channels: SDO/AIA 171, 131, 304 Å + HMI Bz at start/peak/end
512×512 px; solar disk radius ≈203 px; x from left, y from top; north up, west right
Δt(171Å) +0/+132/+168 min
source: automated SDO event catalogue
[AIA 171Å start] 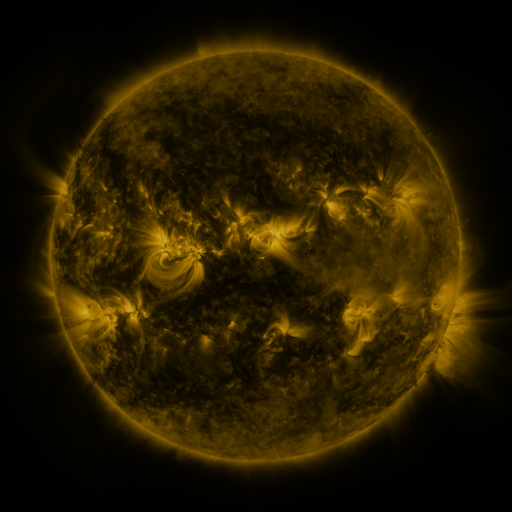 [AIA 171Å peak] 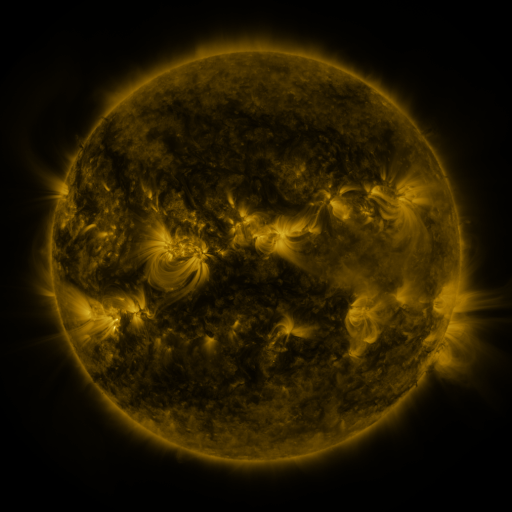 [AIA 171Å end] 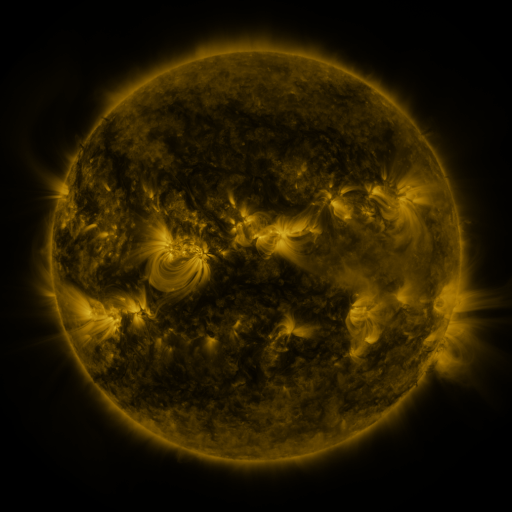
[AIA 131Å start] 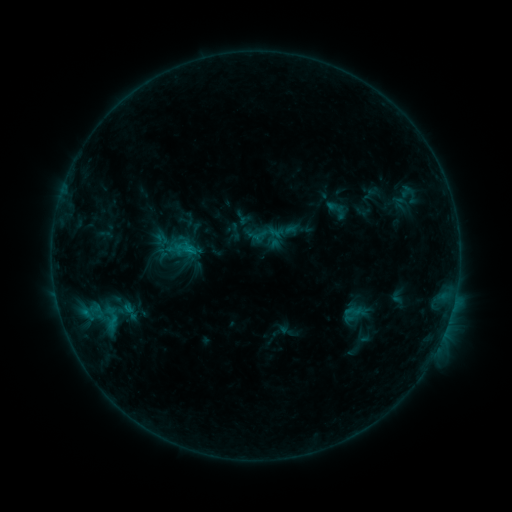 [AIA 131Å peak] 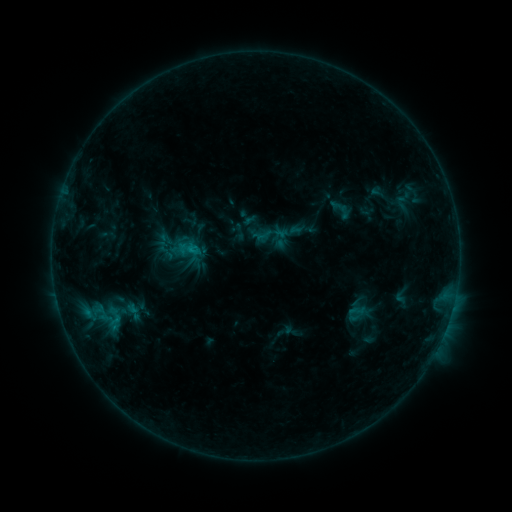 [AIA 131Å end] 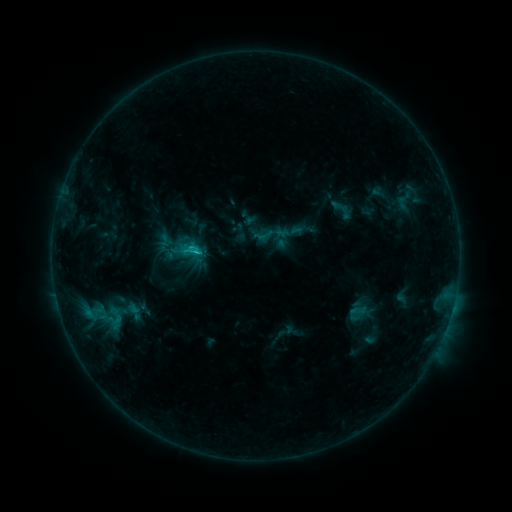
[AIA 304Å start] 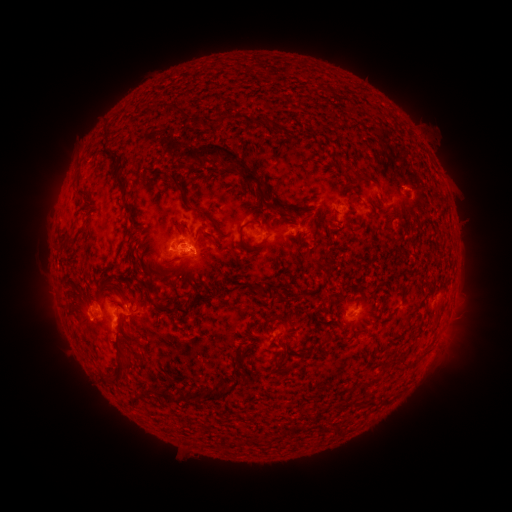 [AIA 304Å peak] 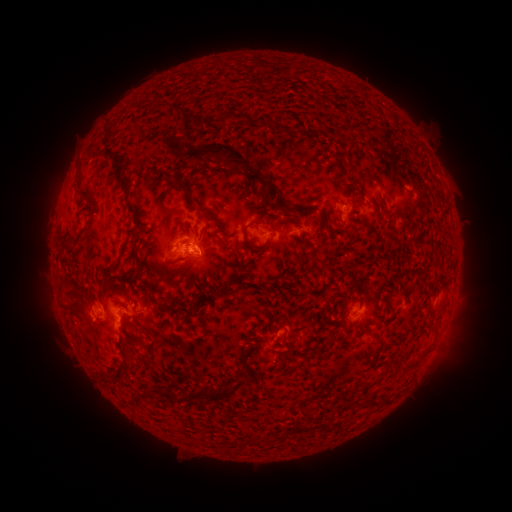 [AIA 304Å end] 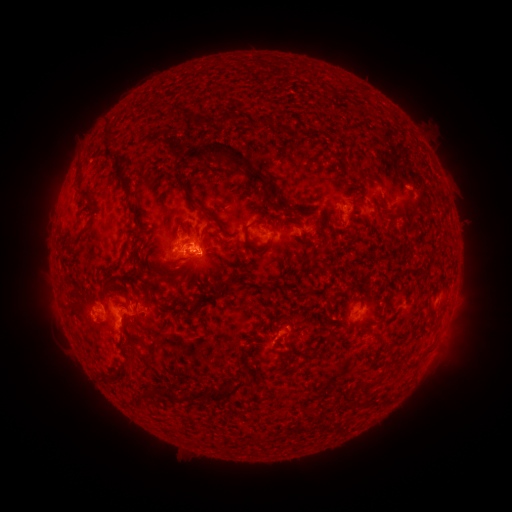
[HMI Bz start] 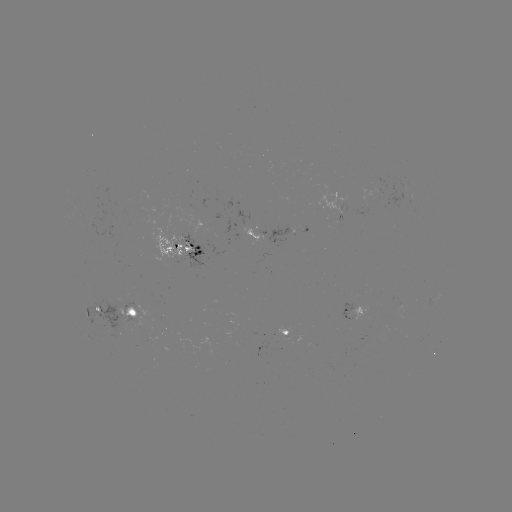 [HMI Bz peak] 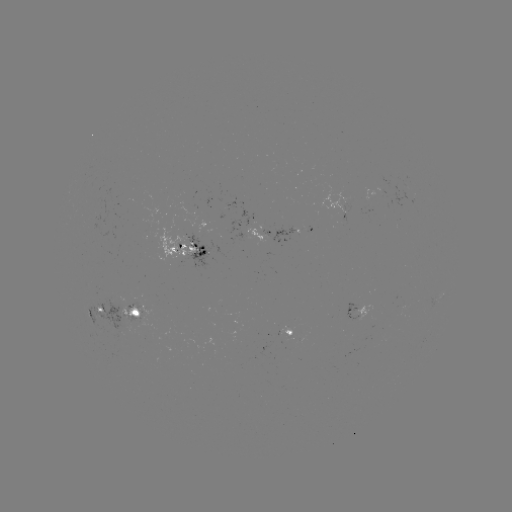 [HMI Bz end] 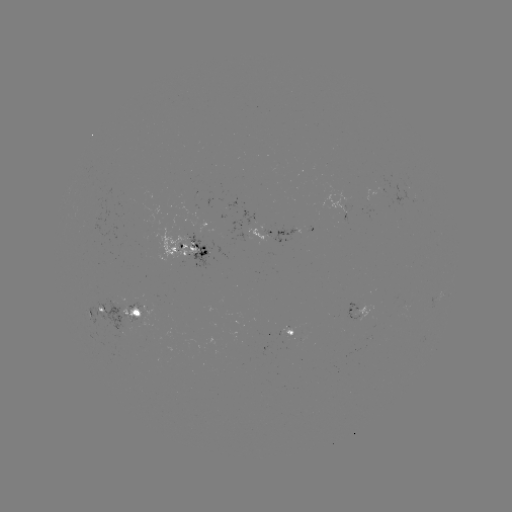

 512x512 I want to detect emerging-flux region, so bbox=[82, 297, 134, 334].